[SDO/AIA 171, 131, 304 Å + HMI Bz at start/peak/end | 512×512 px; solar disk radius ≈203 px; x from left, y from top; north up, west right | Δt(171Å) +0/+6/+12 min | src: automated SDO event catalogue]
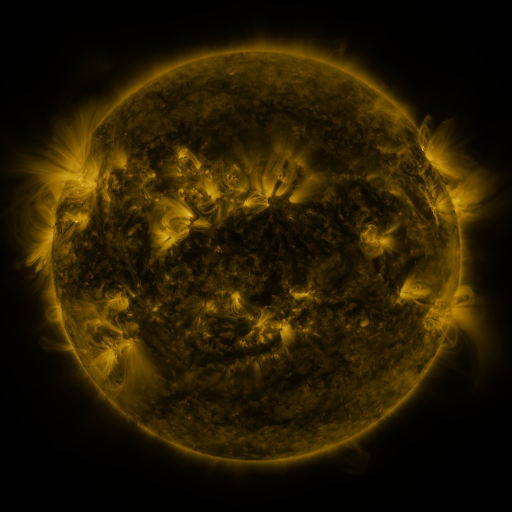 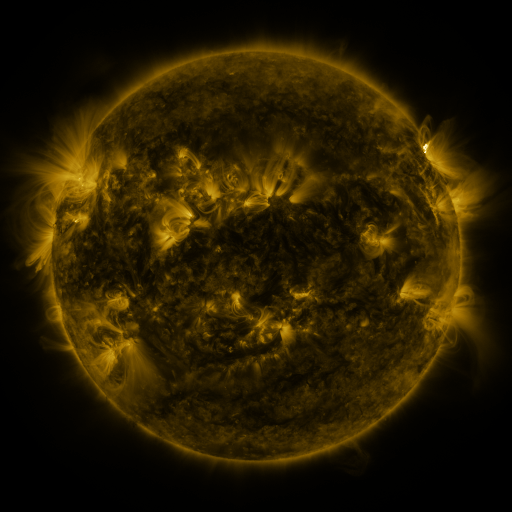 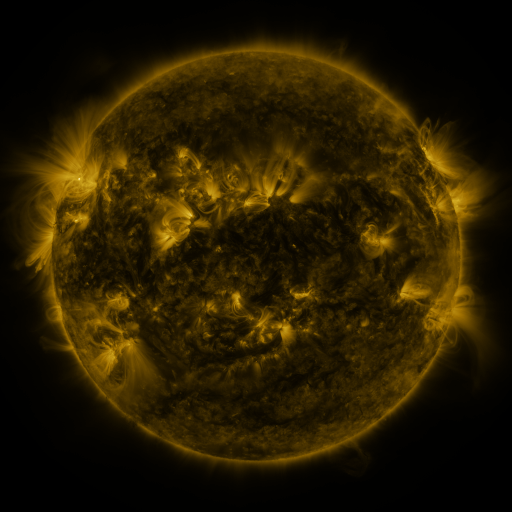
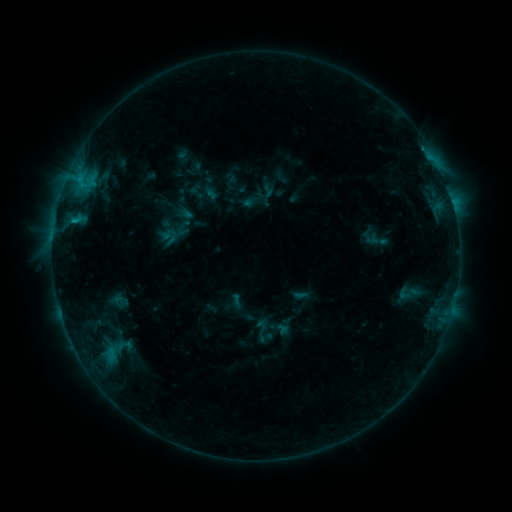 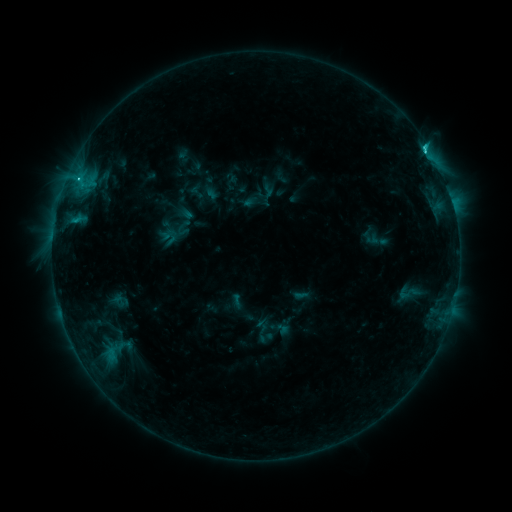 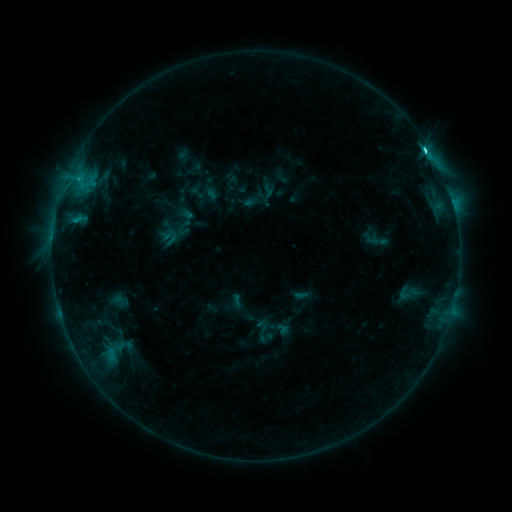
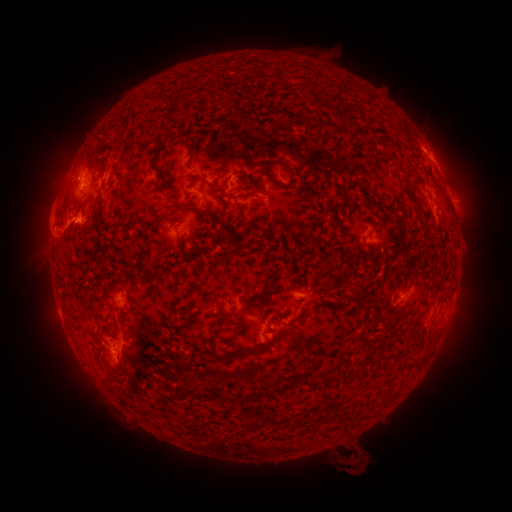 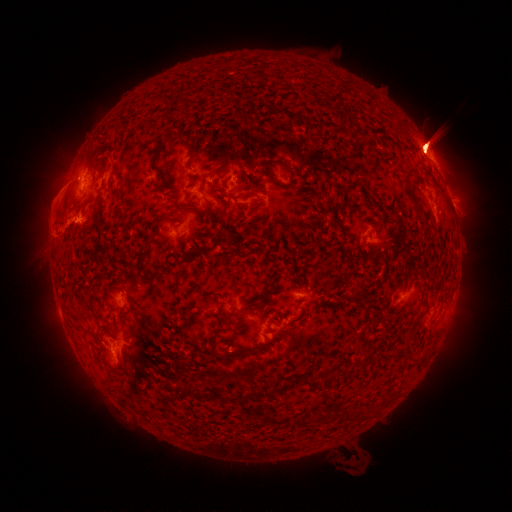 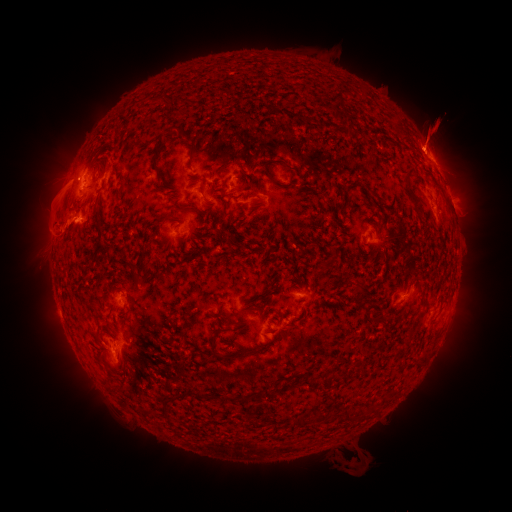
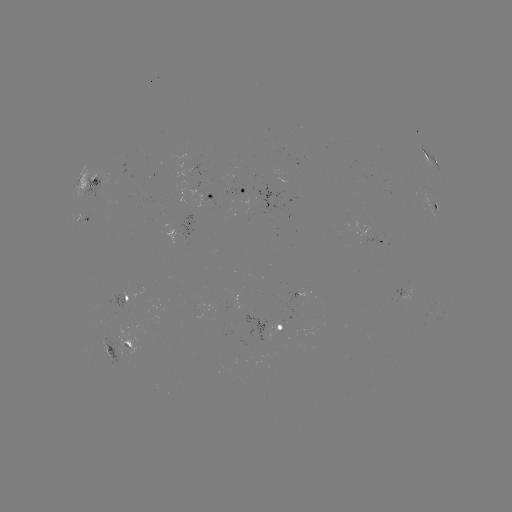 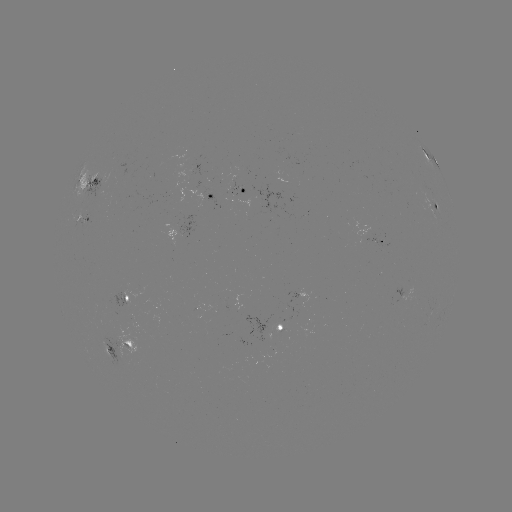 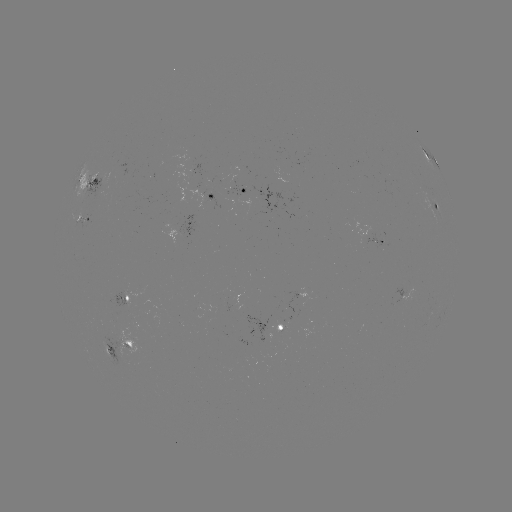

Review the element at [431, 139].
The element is eruption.